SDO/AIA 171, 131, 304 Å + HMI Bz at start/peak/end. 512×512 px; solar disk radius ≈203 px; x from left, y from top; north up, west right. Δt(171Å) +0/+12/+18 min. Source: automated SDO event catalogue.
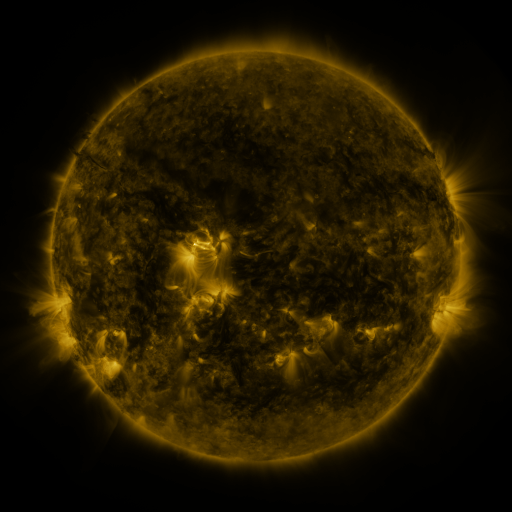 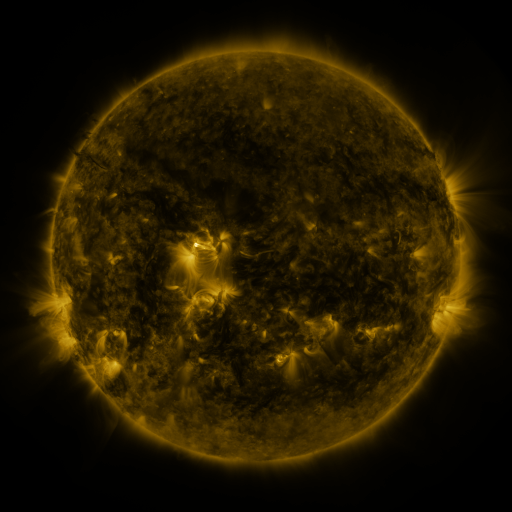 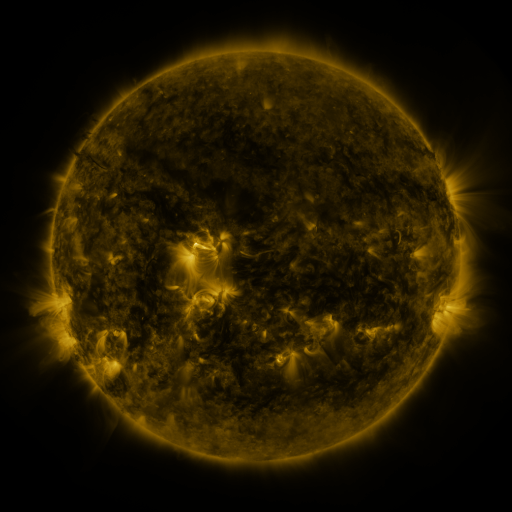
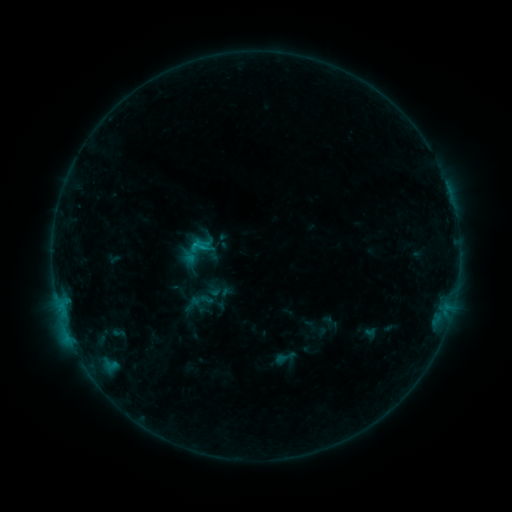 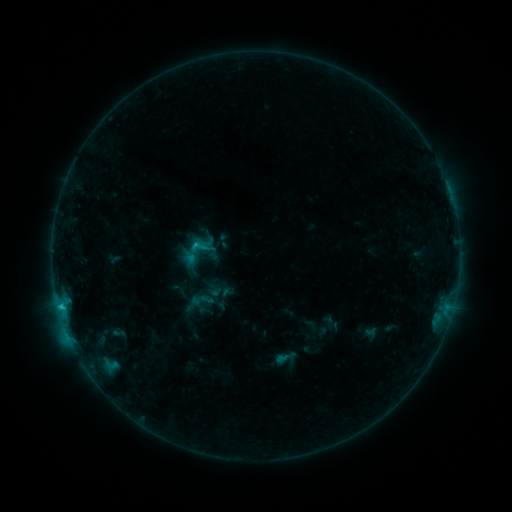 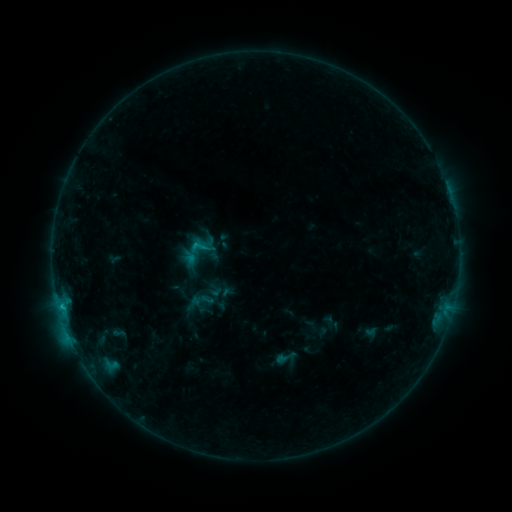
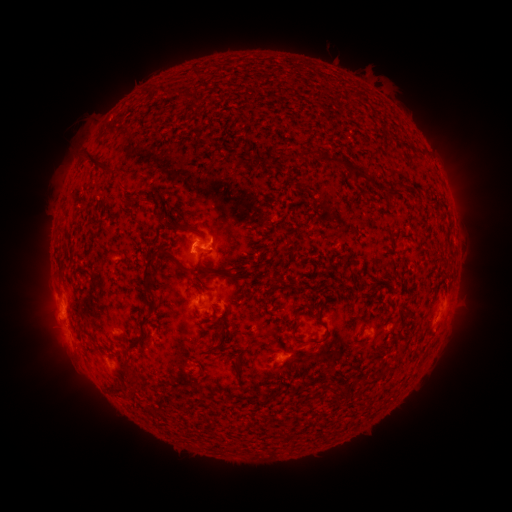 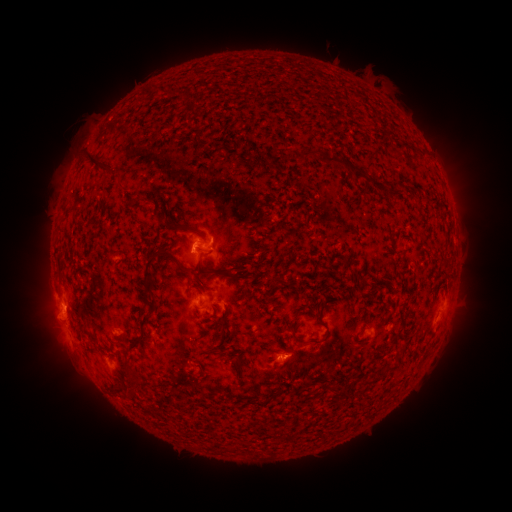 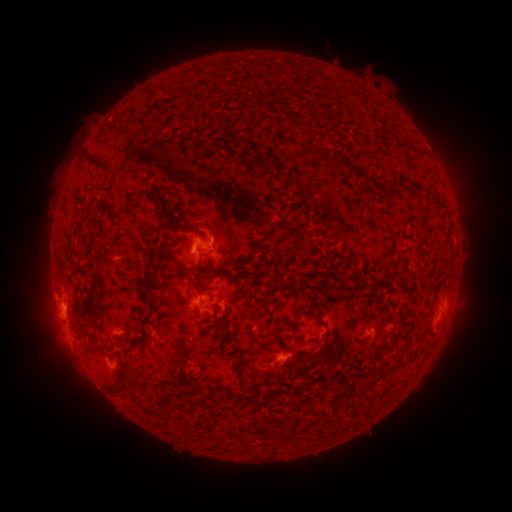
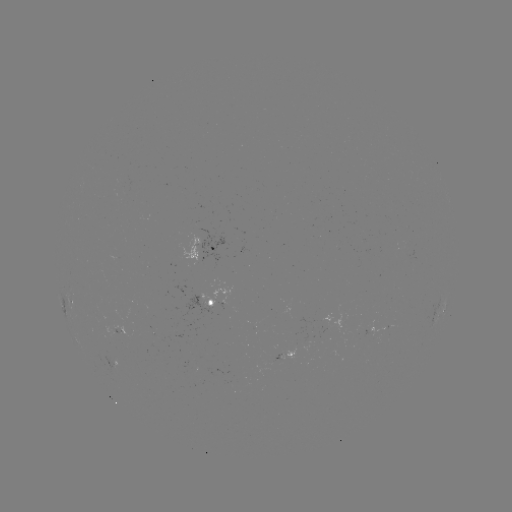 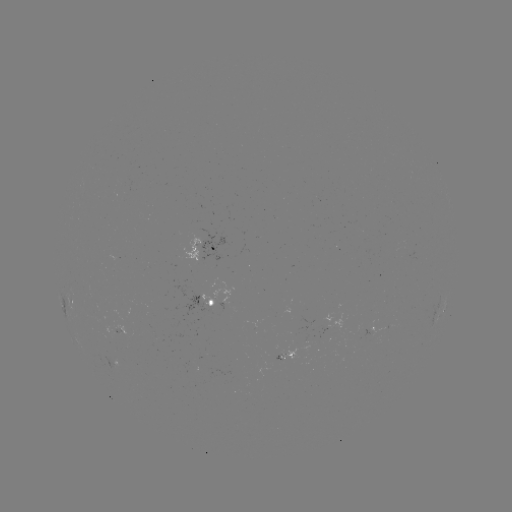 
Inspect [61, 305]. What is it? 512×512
C1.0 flare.